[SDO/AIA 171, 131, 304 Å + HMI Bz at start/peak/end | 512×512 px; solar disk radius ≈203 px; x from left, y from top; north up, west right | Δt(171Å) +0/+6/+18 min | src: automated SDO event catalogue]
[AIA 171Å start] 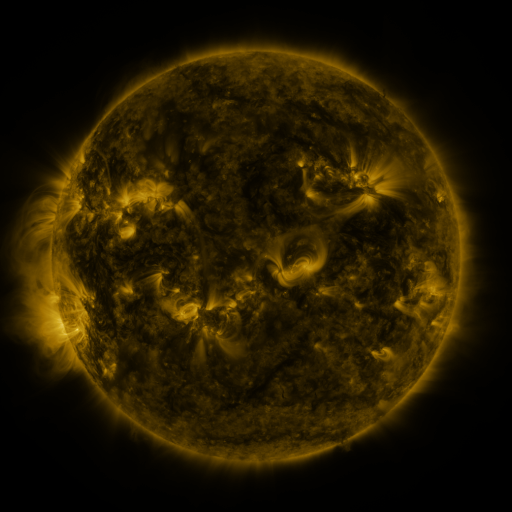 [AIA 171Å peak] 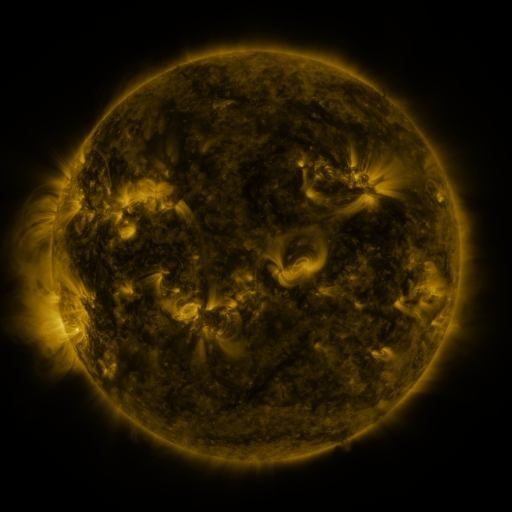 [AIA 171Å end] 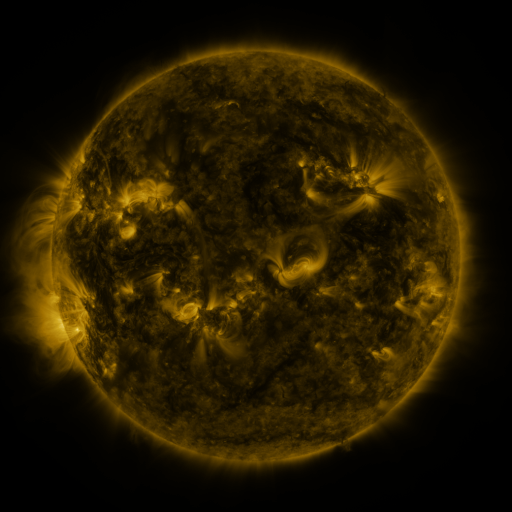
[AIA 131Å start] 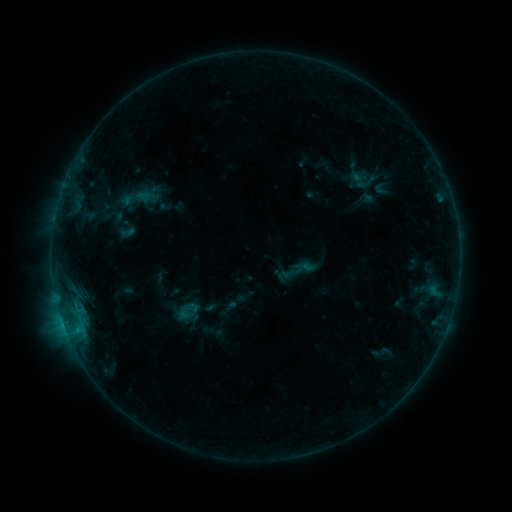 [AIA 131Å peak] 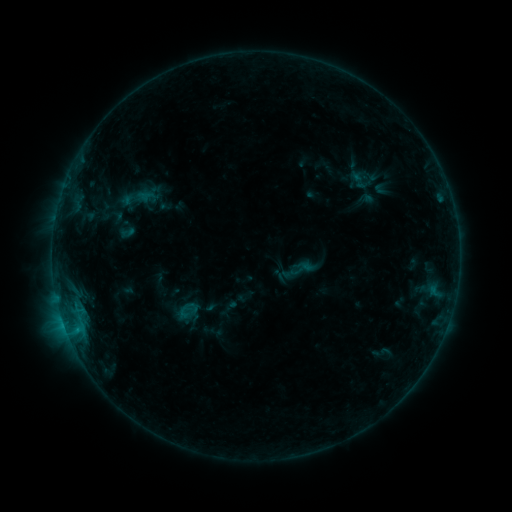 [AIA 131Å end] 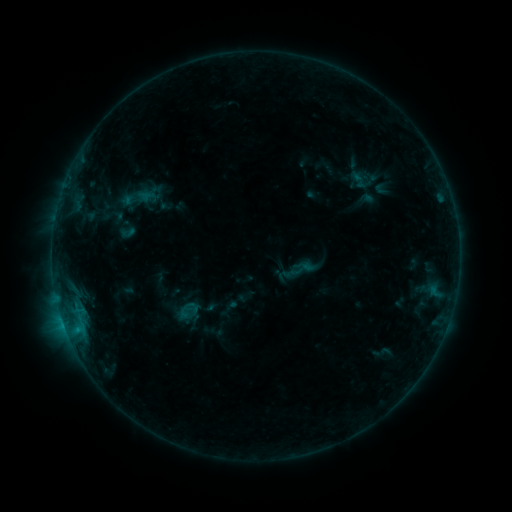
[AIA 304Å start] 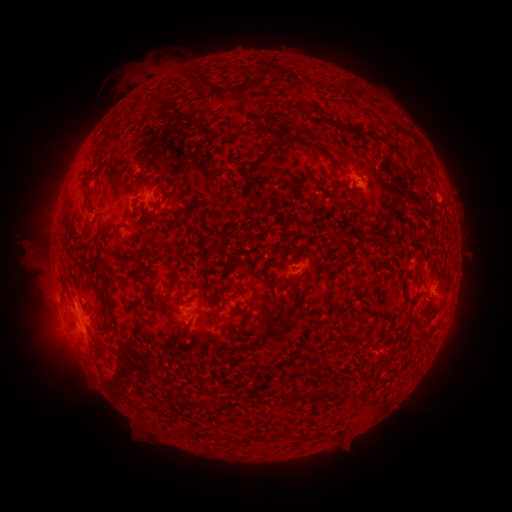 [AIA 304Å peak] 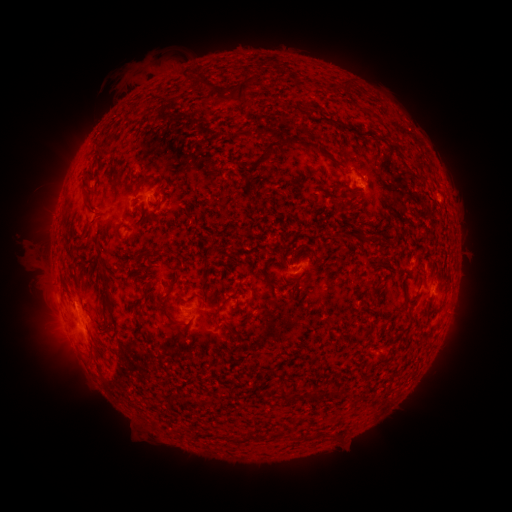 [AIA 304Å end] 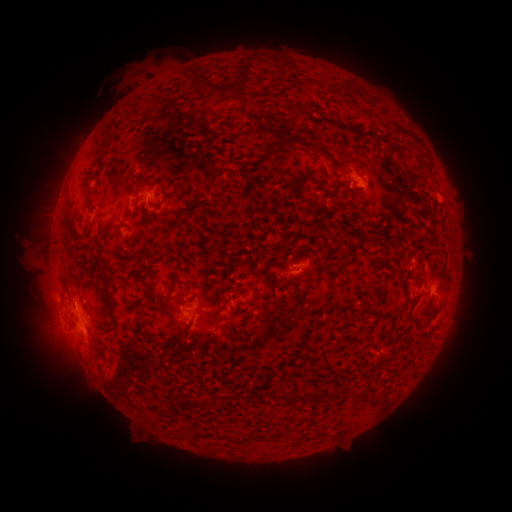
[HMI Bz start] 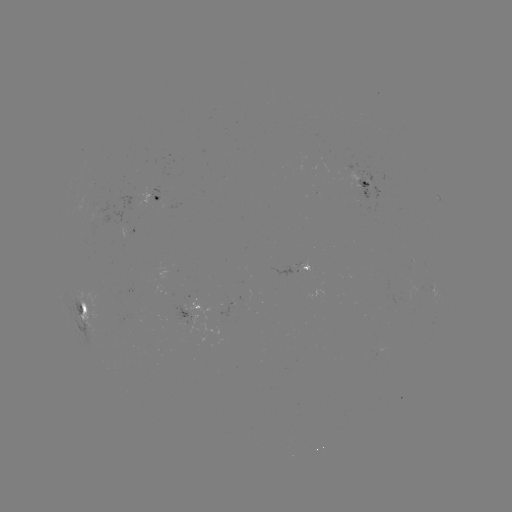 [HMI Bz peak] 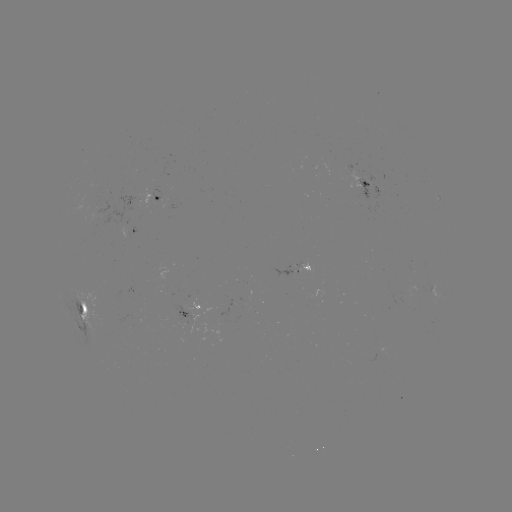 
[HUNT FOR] eruption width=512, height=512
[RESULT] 265,66